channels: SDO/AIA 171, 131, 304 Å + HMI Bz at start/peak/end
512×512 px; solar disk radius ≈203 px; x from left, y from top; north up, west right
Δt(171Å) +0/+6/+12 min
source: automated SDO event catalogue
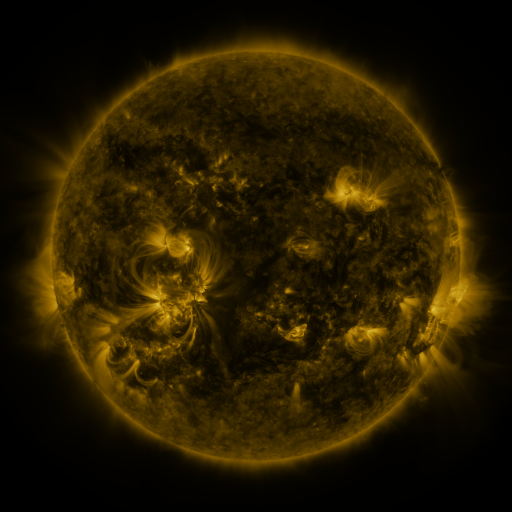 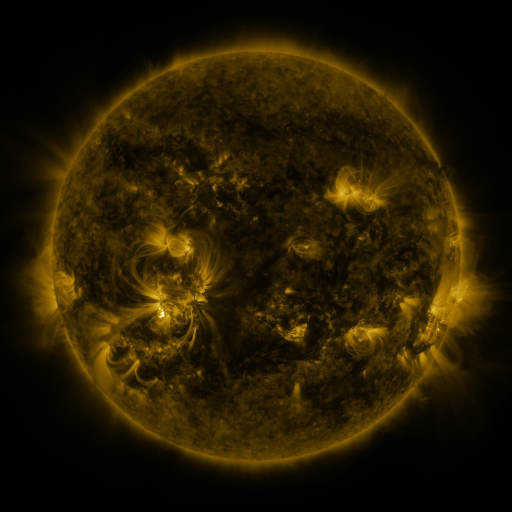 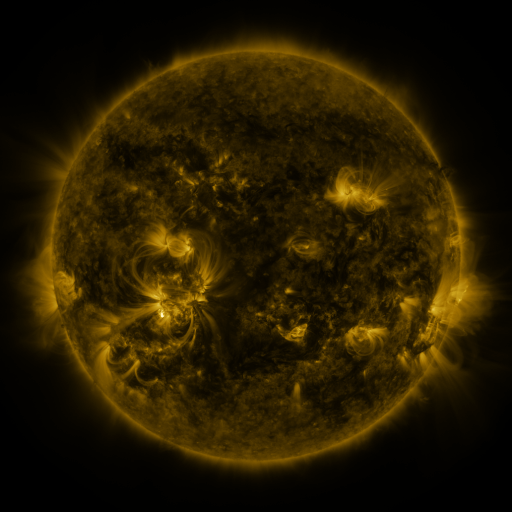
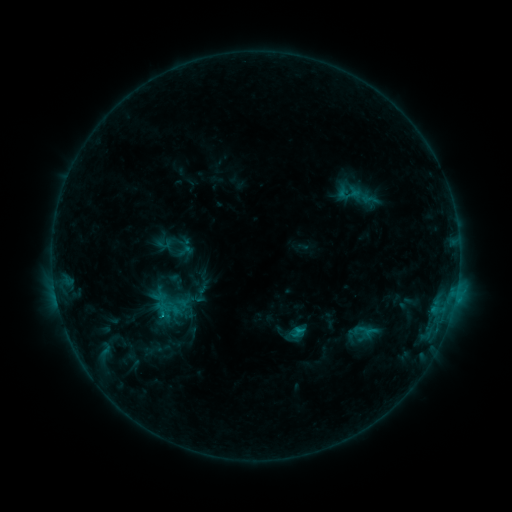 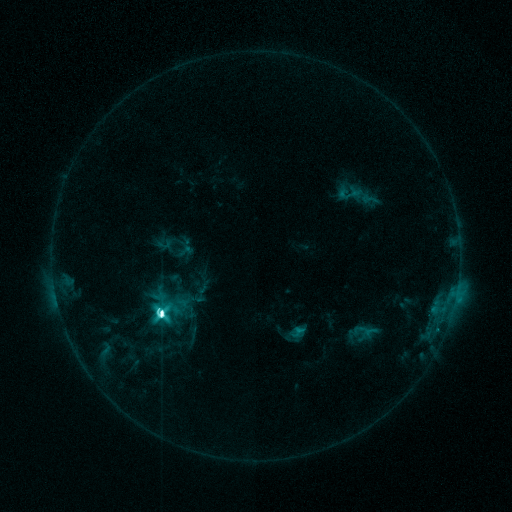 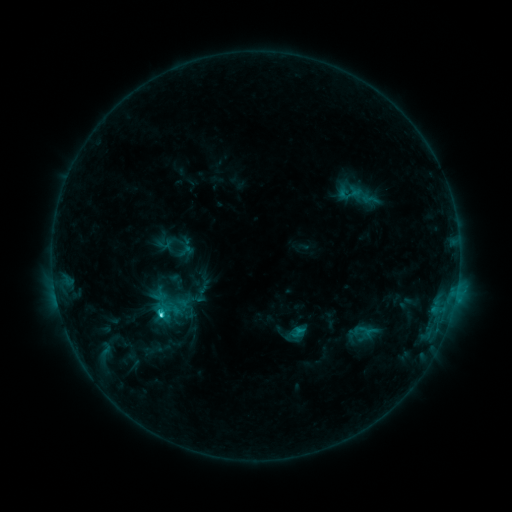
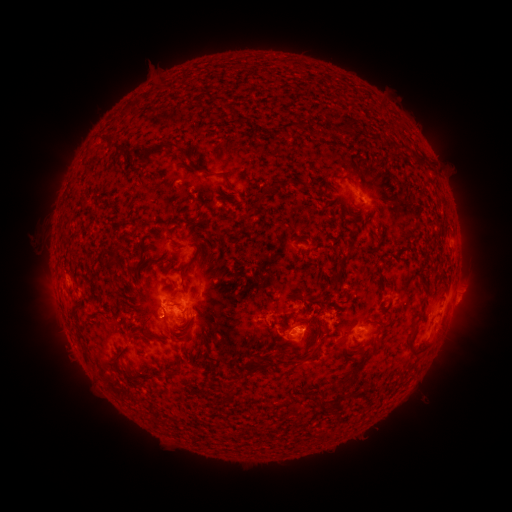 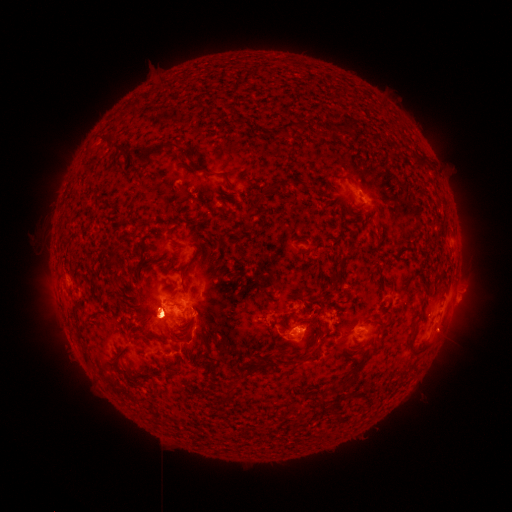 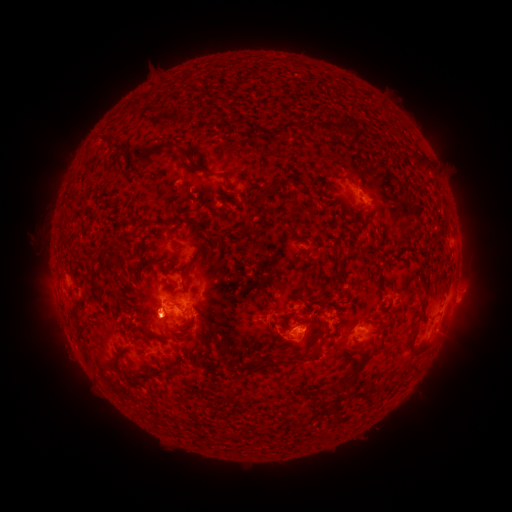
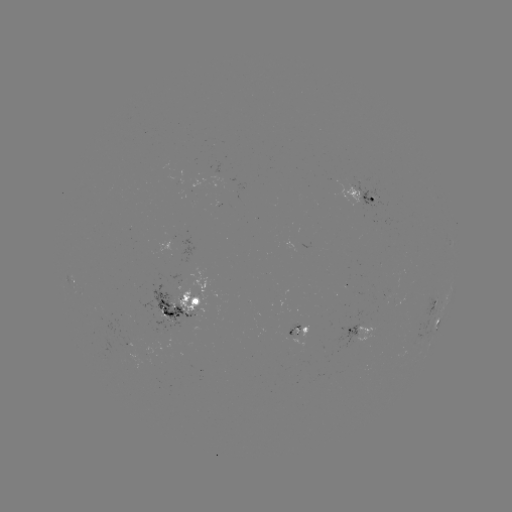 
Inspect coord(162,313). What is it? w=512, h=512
M2.3 flare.